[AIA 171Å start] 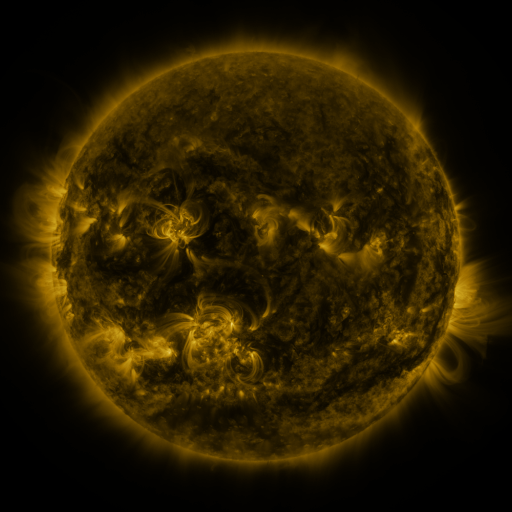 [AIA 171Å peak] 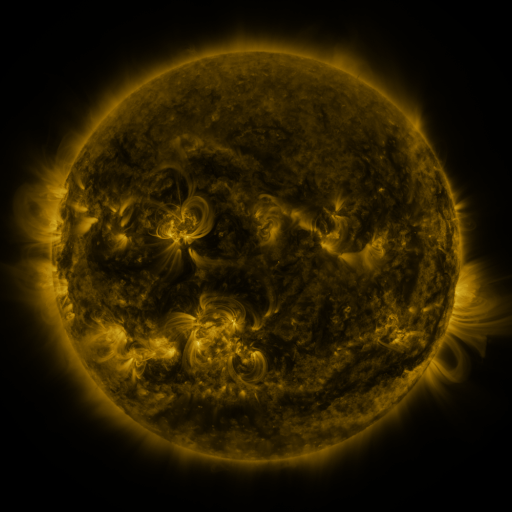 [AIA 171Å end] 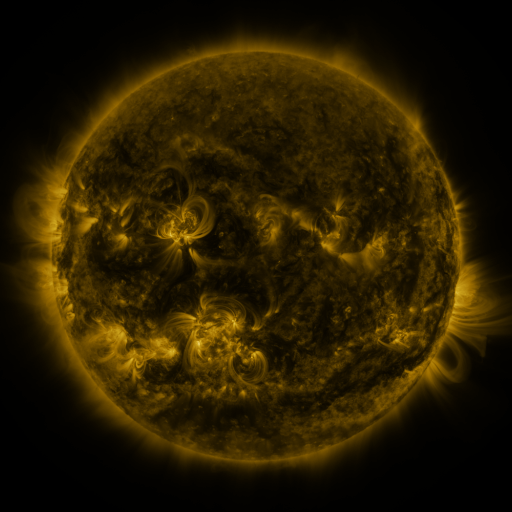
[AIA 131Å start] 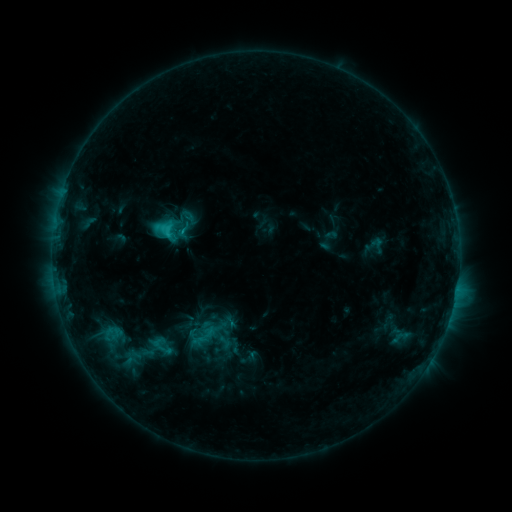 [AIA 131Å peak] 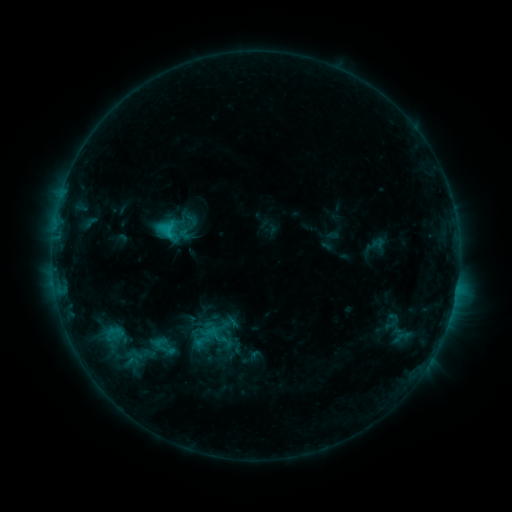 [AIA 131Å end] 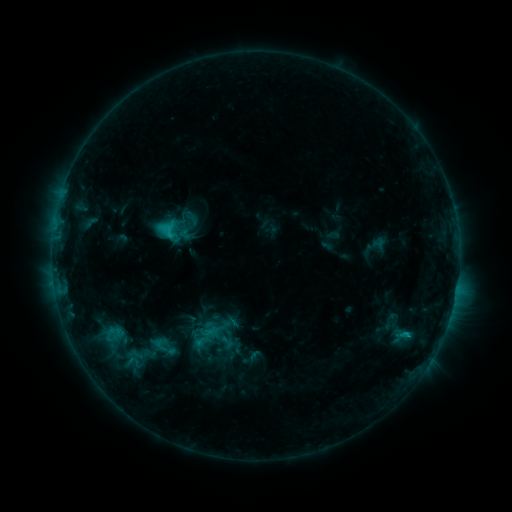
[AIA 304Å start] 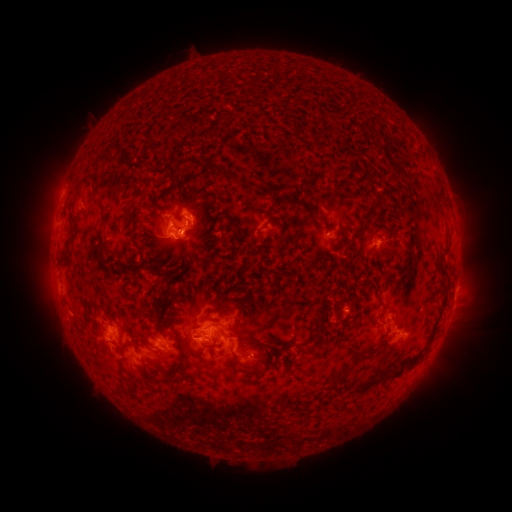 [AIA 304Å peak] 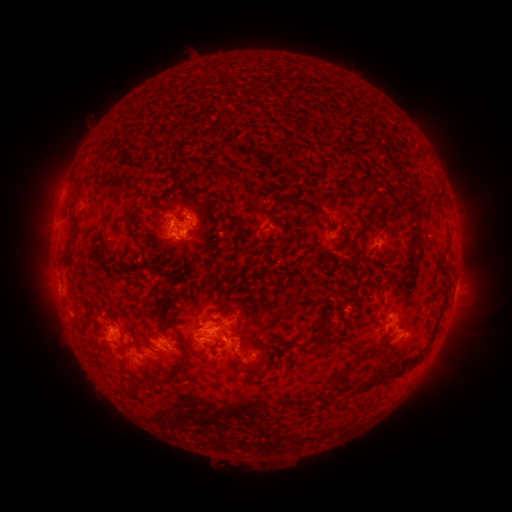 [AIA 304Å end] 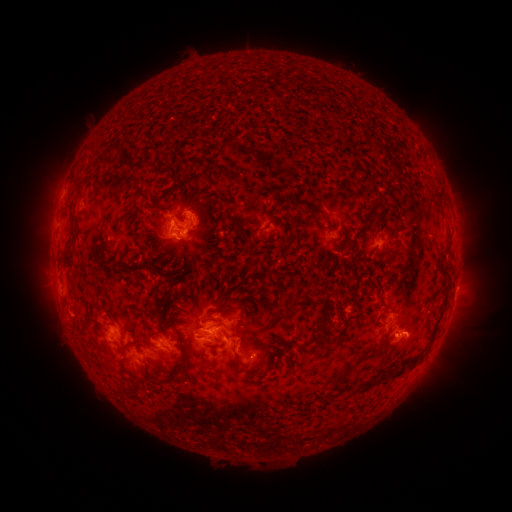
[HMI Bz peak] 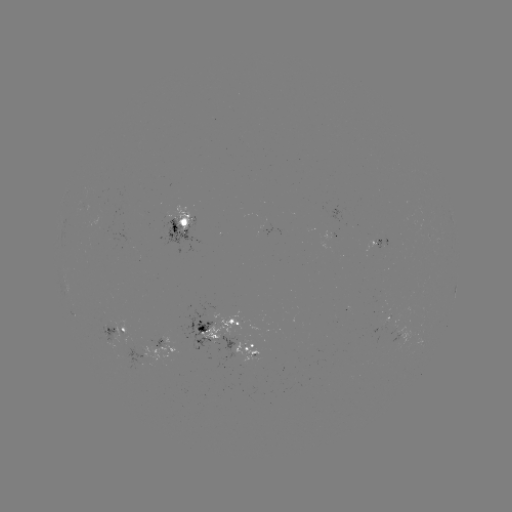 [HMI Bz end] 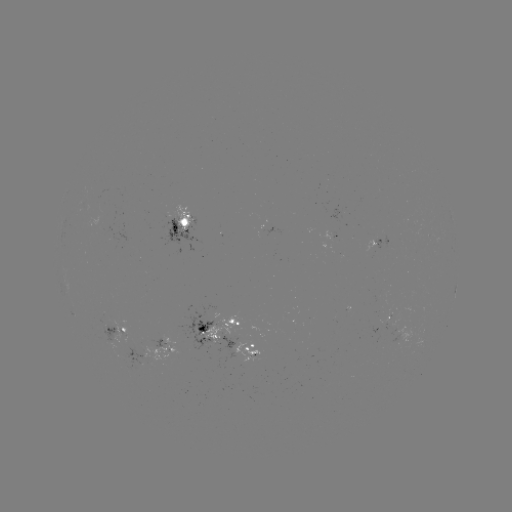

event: emerging-flux region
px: (382, 302)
